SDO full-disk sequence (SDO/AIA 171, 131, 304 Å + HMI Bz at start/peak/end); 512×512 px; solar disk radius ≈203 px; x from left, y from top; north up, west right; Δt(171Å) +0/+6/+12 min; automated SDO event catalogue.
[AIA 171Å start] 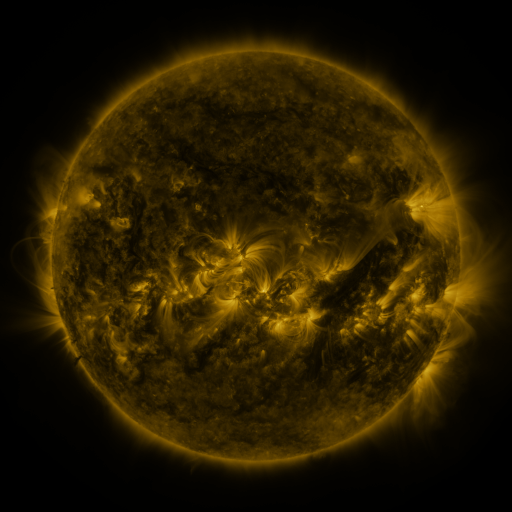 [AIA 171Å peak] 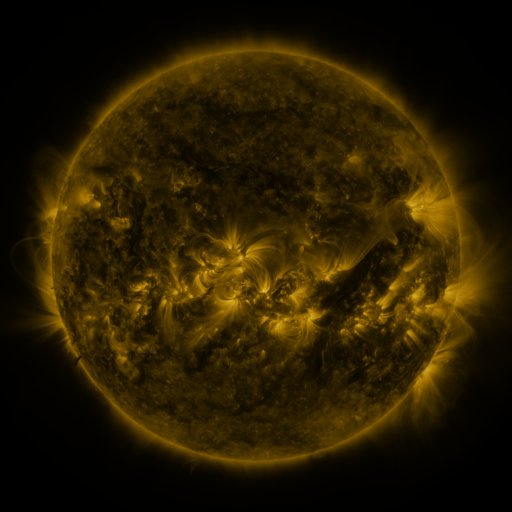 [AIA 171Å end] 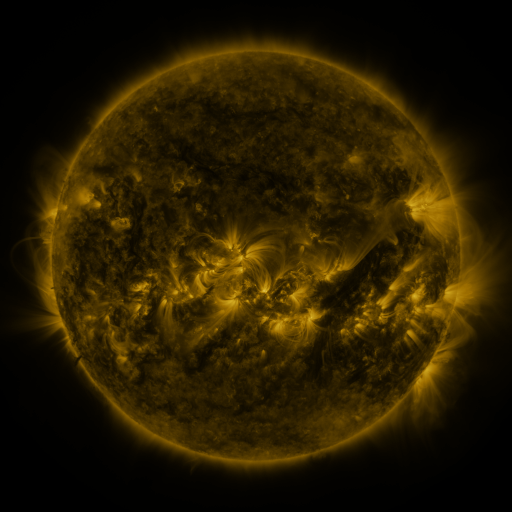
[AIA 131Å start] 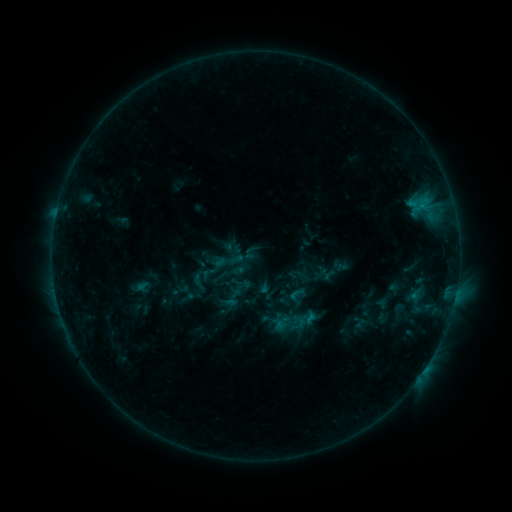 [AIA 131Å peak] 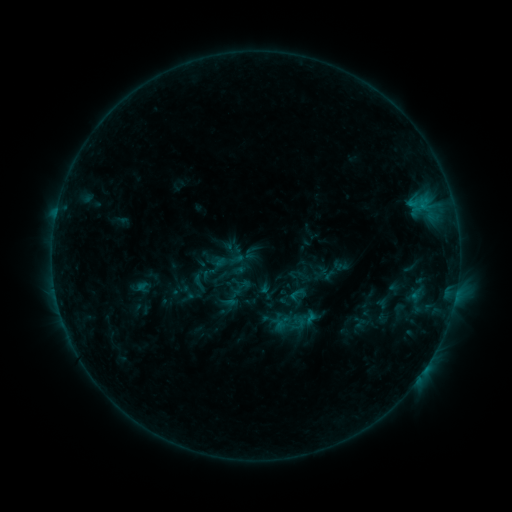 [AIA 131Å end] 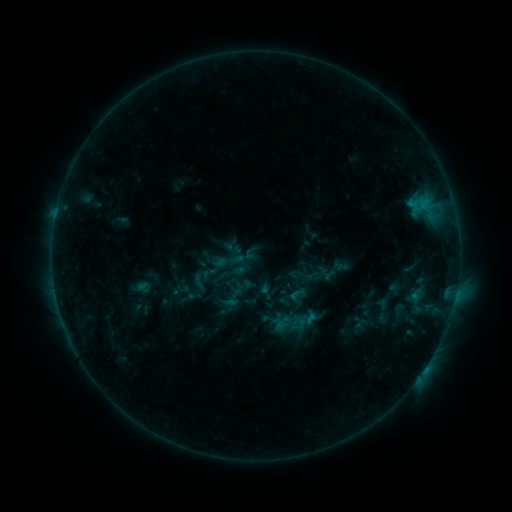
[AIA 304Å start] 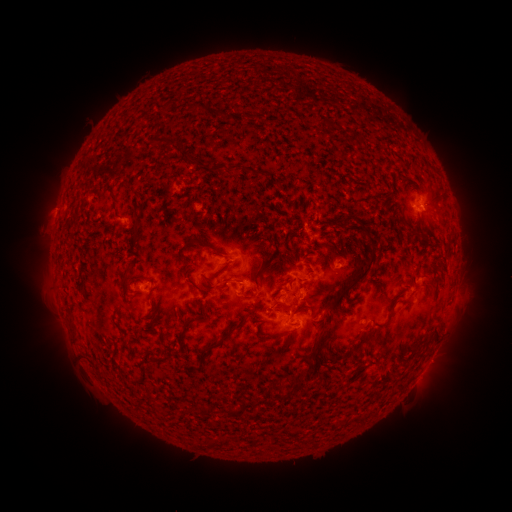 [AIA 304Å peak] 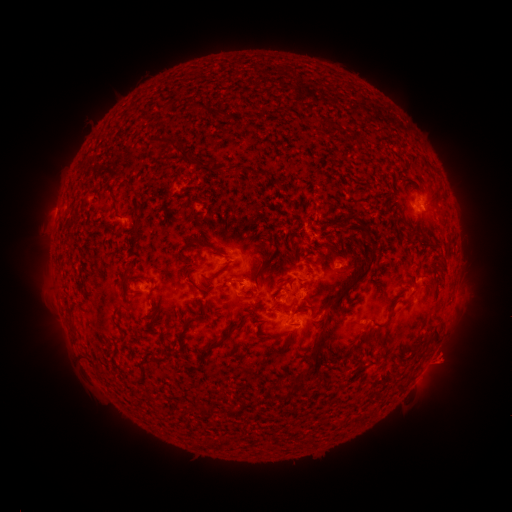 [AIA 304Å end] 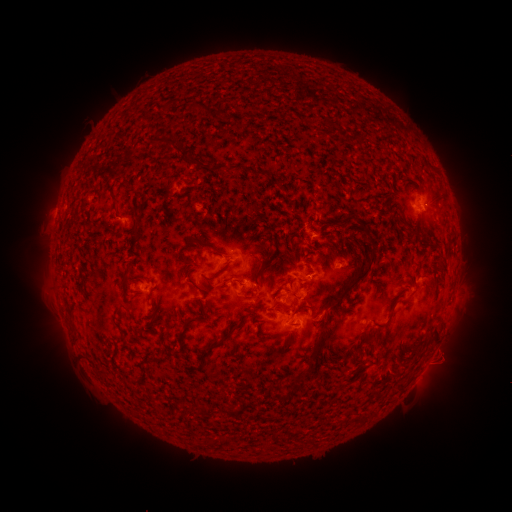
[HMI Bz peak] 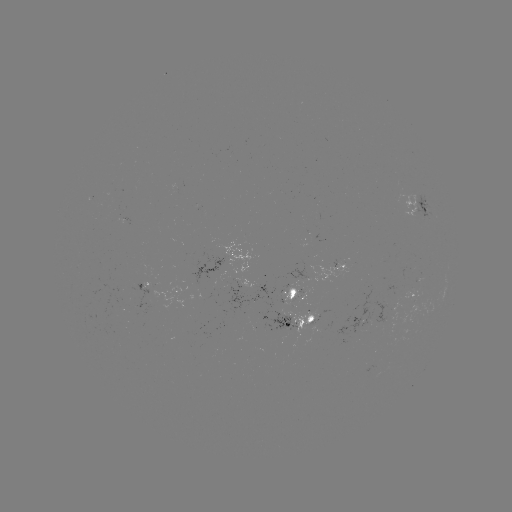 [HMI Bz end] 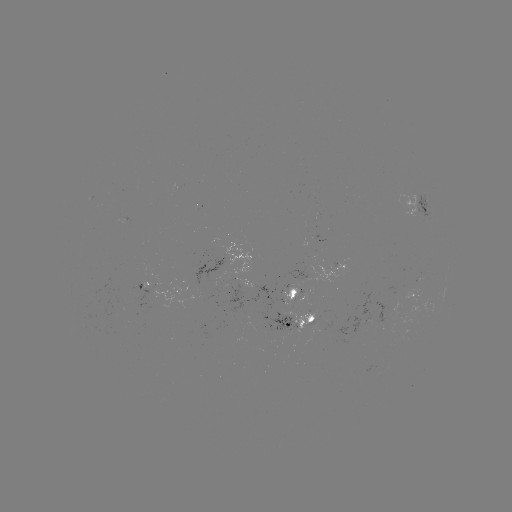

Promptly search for eruption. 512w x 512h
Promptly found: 446,357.